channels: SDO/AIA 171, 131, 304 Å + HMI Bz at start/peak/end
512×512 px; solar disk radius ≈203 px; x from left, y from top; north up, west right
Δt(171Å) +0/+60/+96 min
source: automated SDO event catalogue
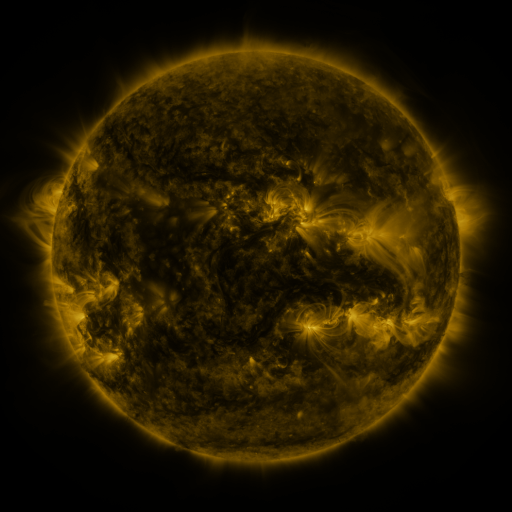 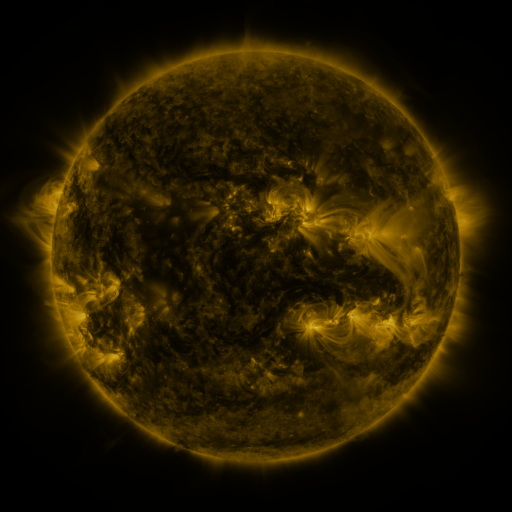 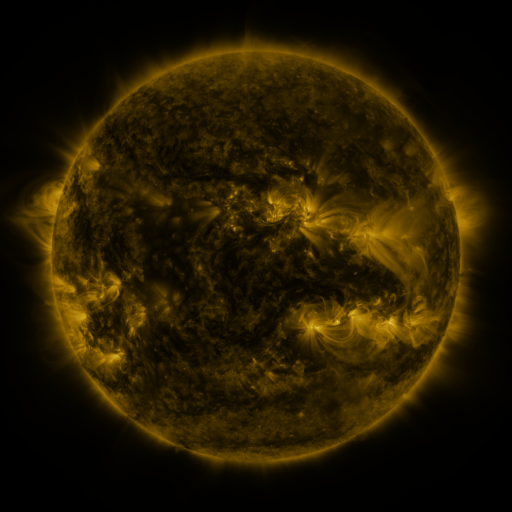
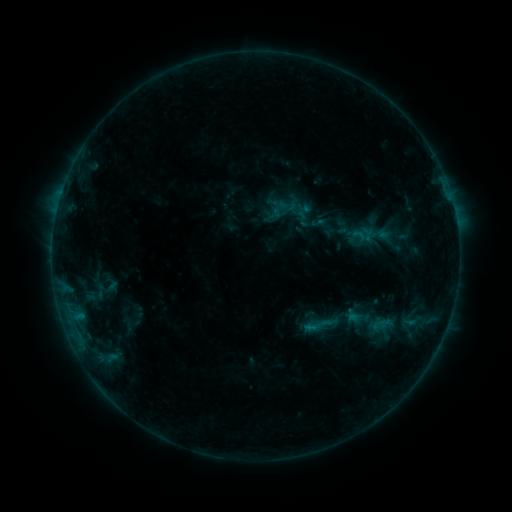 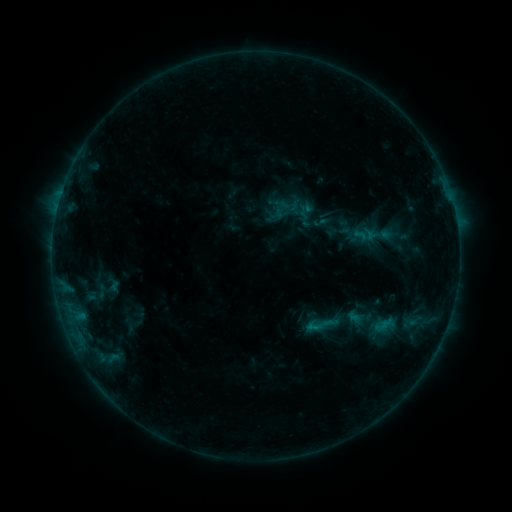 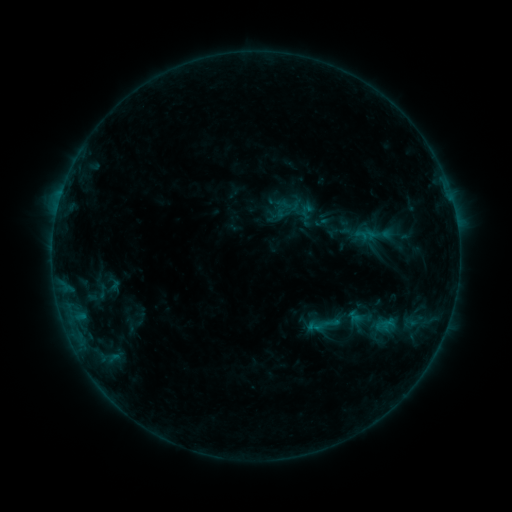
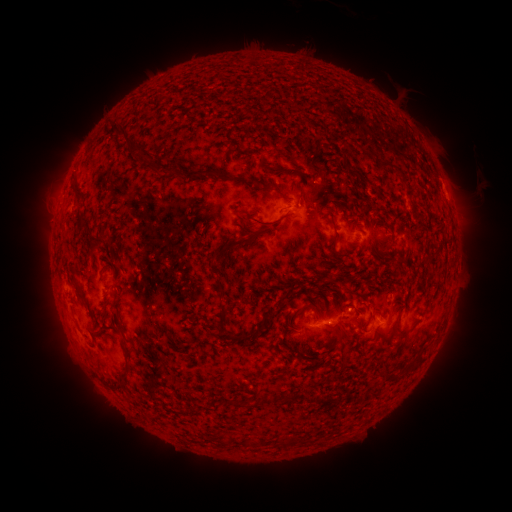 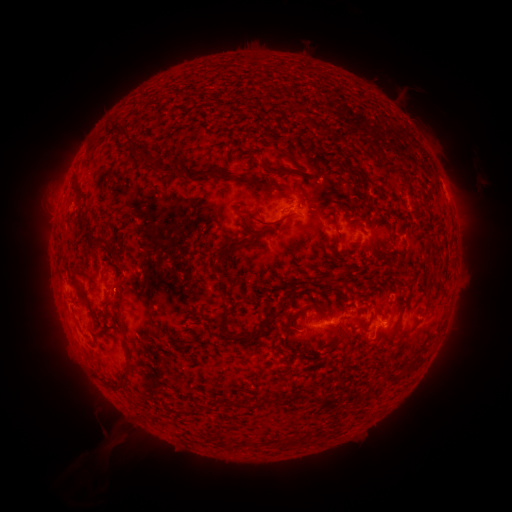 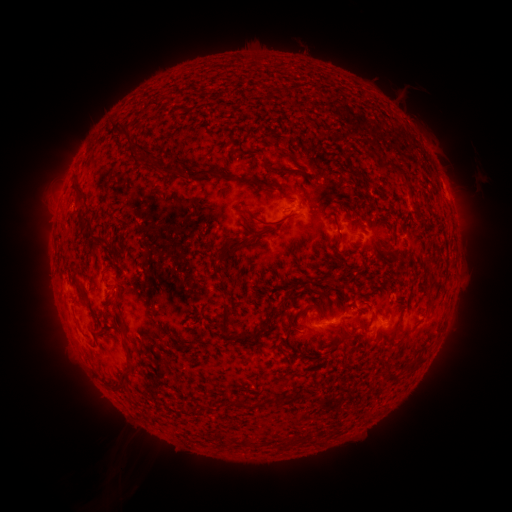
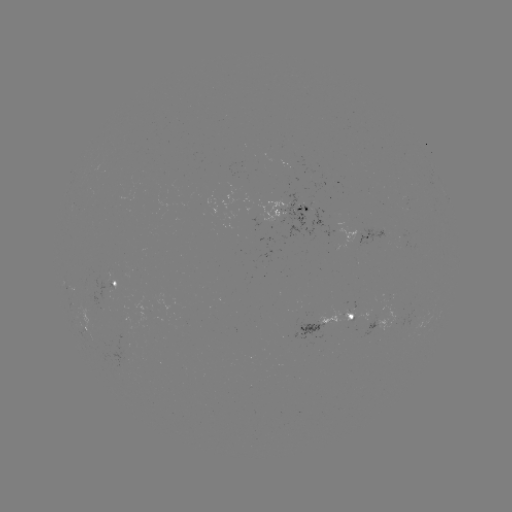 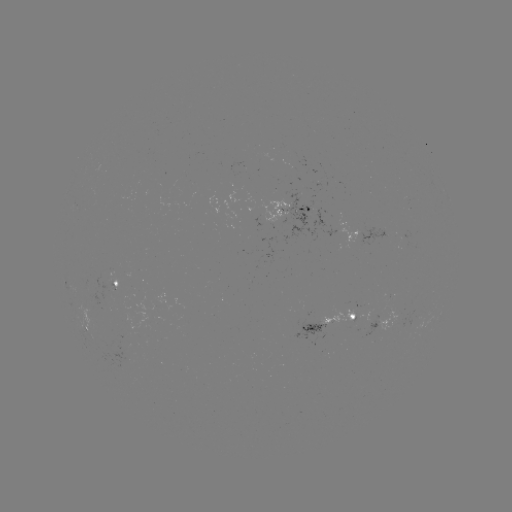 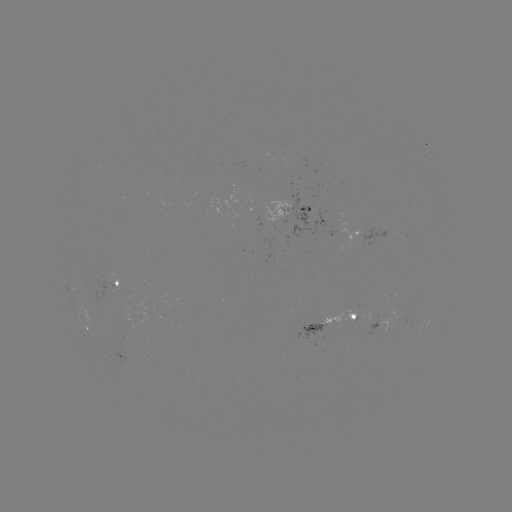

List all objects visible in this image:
emerging-flux region: (413, 319)
